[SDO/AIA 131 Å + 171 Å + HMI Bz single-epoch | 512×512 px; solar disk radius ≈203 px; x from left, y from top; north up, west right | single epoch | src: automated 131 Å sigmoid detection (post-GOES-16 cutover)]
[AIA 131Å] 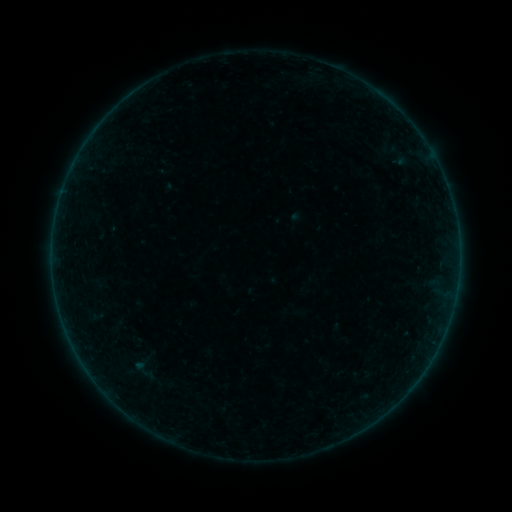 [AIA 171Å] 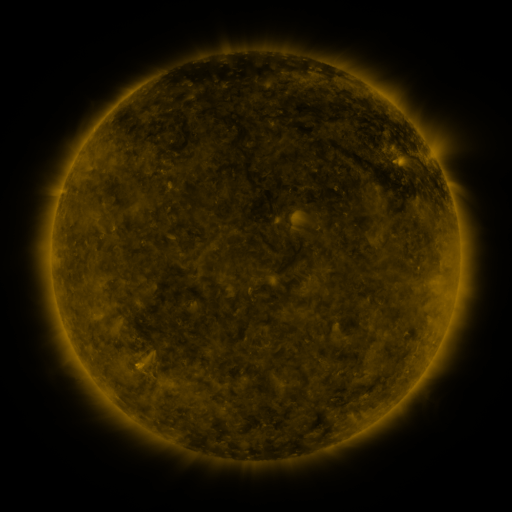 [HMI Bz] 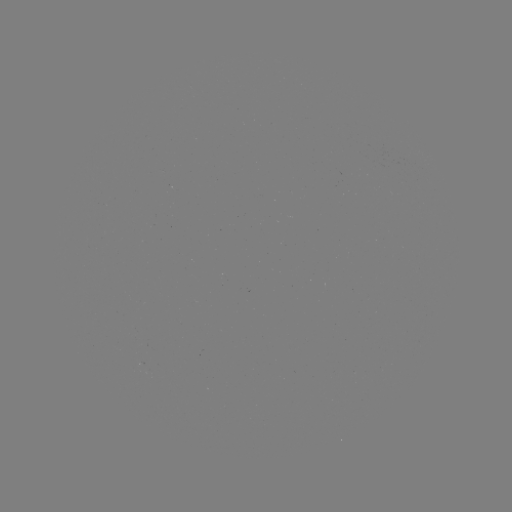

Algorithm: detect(sigmoid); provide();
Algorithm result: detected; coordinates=141,369